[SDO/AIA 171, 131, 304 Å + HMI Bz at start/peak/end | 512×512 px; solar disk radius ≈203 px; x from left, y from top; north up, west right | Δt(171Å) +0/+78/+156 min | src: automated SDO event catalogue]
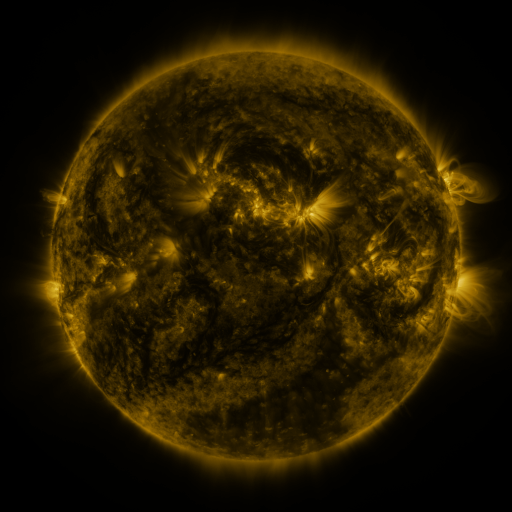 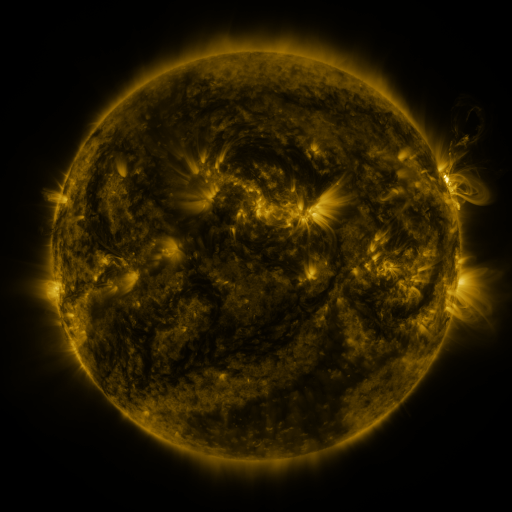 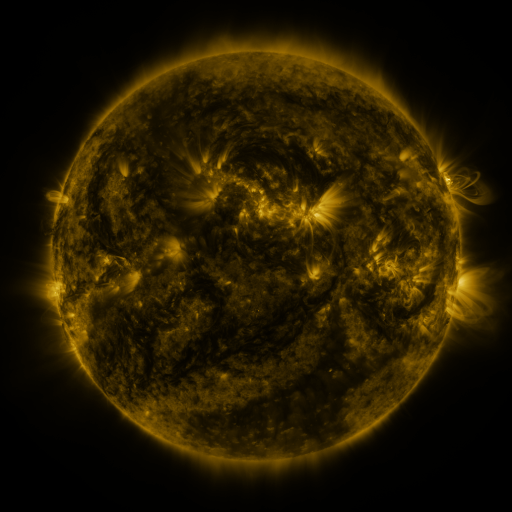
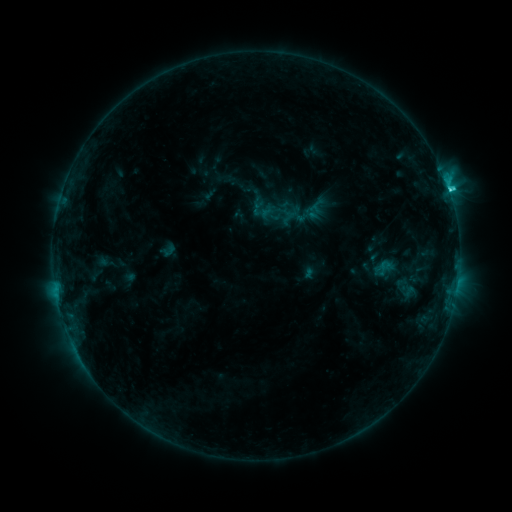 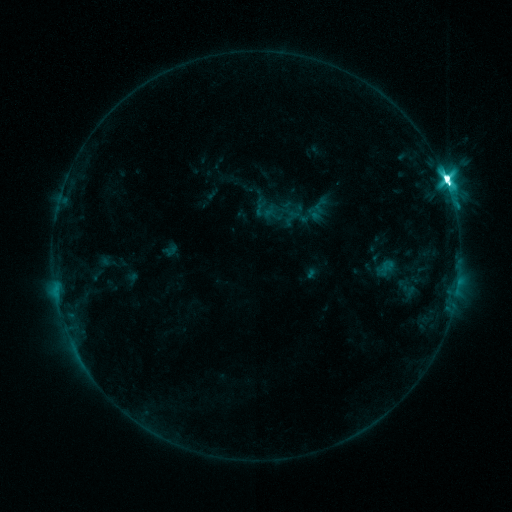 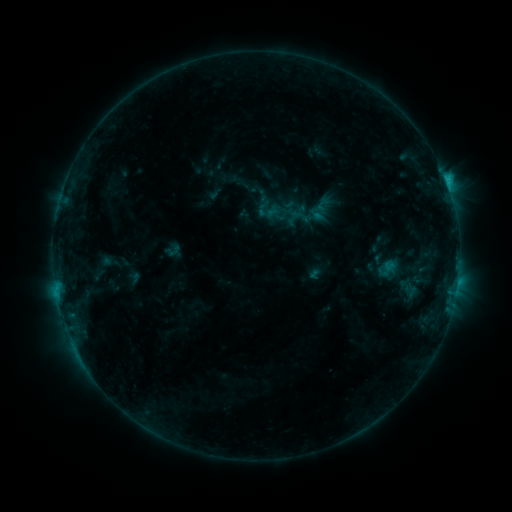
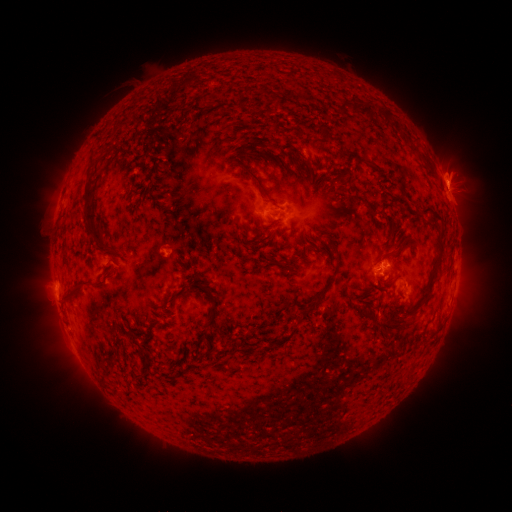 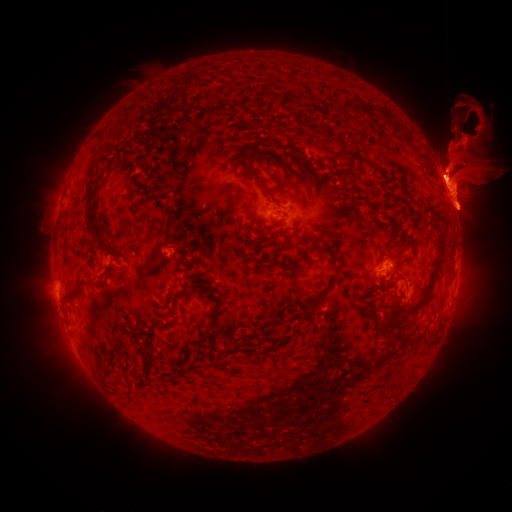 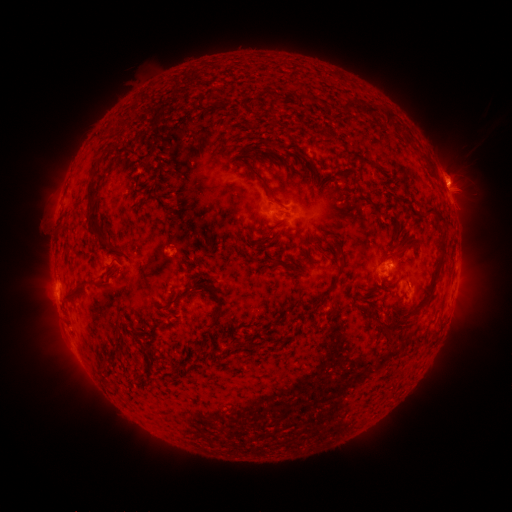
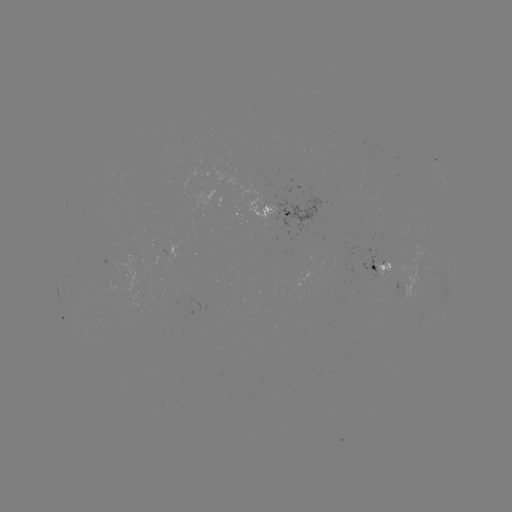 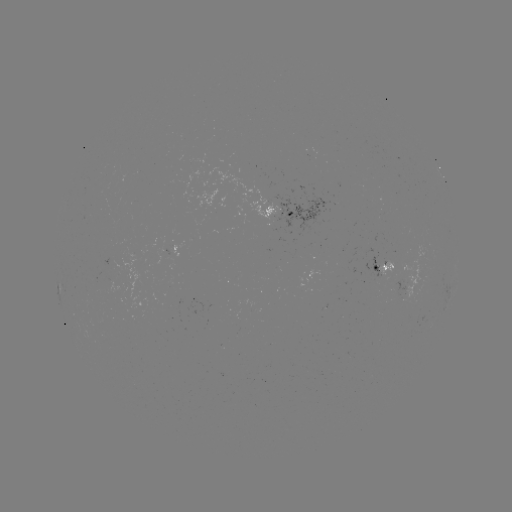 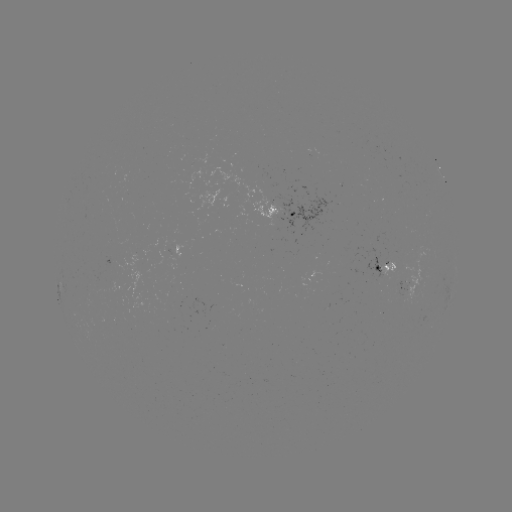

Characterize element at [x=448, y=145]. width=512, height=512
filament eruption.